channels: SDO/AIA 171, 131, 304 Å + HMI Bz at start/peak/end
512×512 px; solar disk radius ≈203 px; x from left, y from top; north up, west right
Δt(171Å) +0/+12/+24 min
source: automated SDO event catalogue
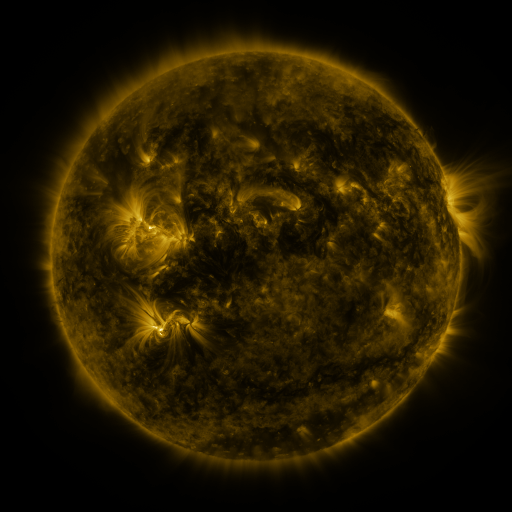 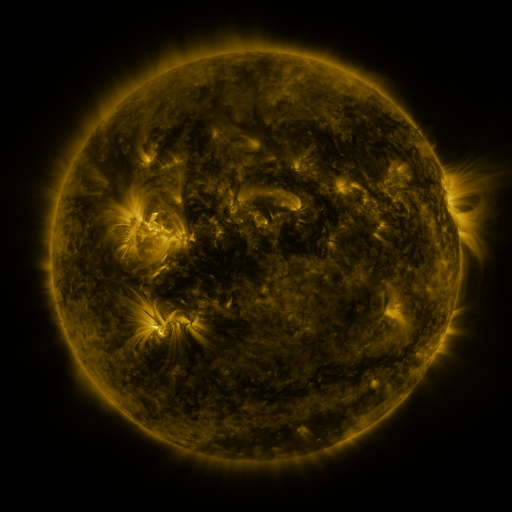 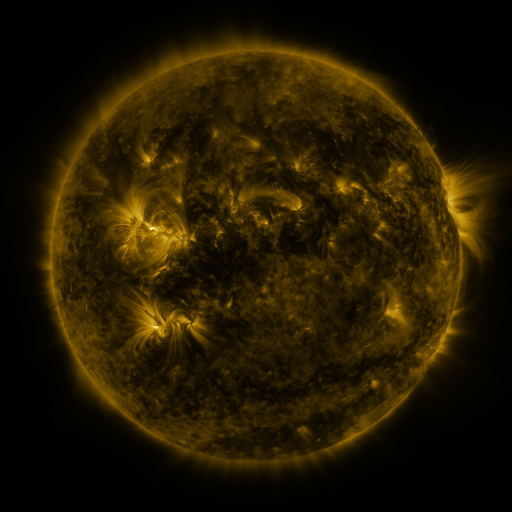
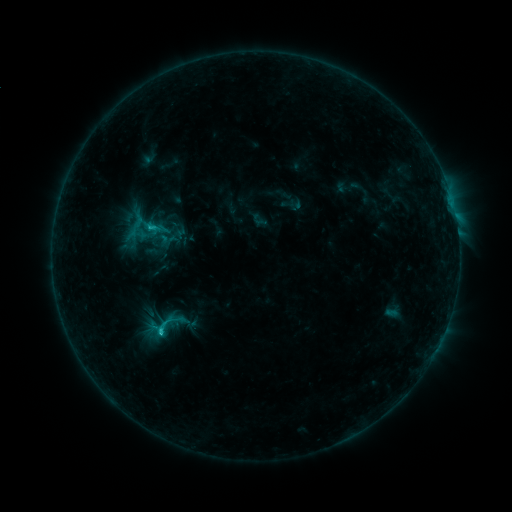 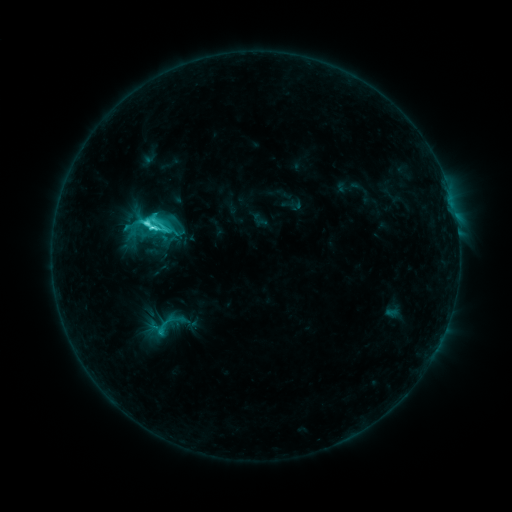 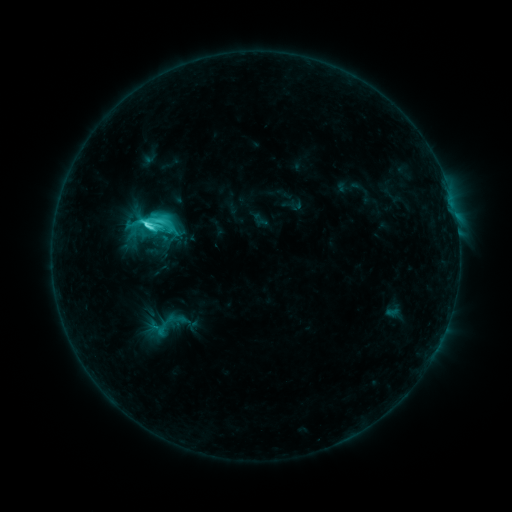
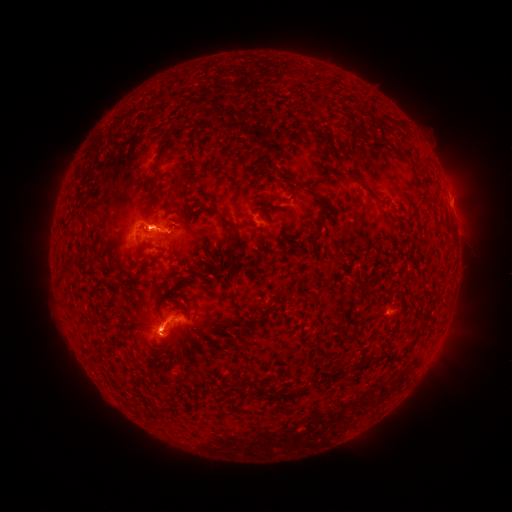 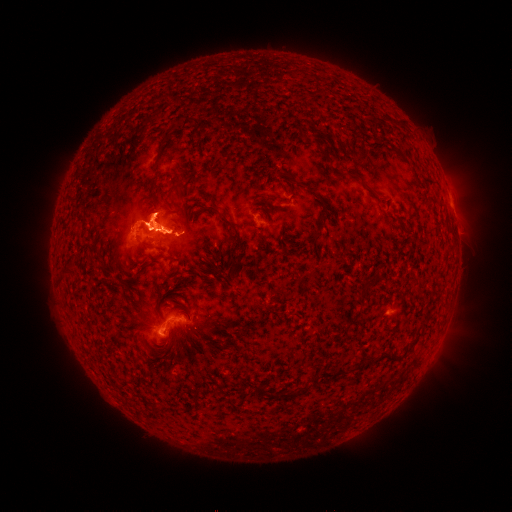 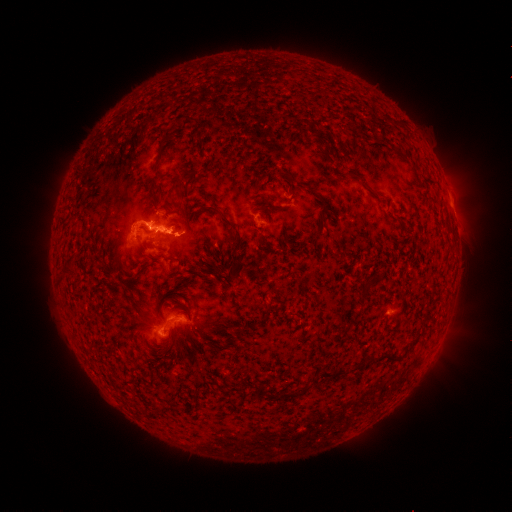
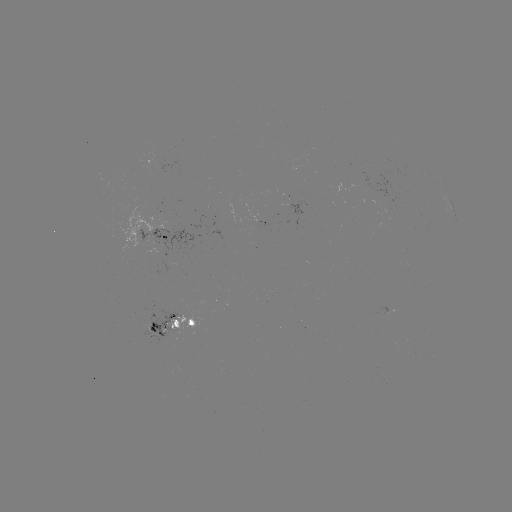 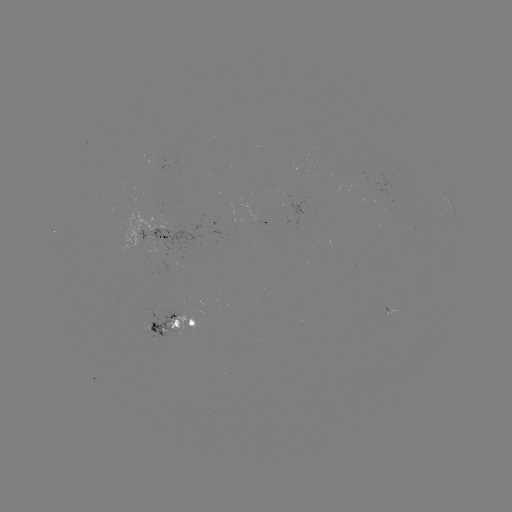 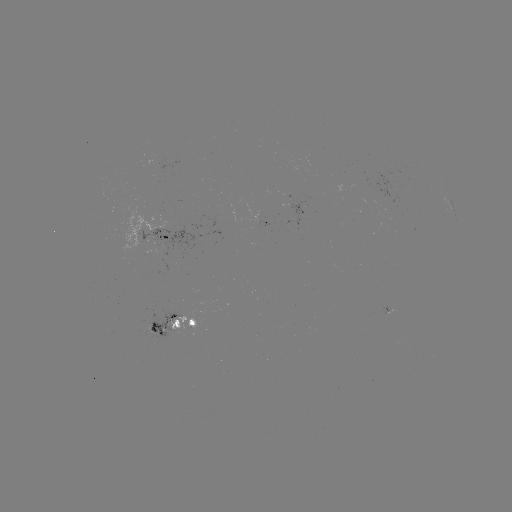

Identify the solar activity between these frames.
eruption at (155, 217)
